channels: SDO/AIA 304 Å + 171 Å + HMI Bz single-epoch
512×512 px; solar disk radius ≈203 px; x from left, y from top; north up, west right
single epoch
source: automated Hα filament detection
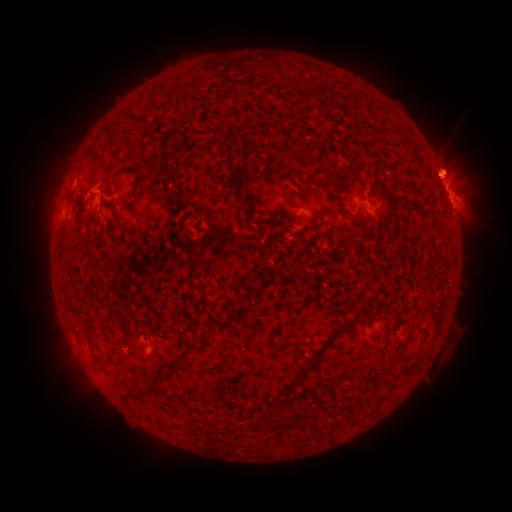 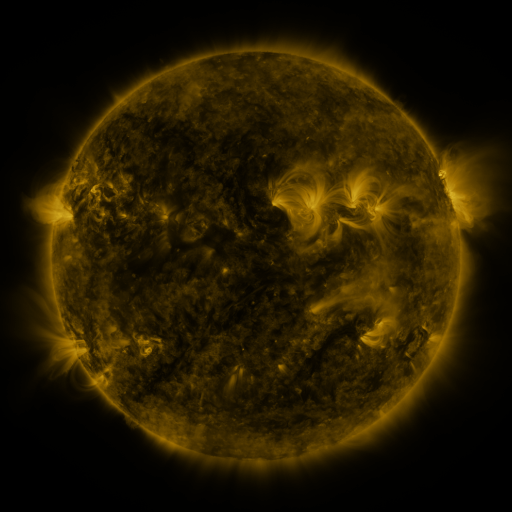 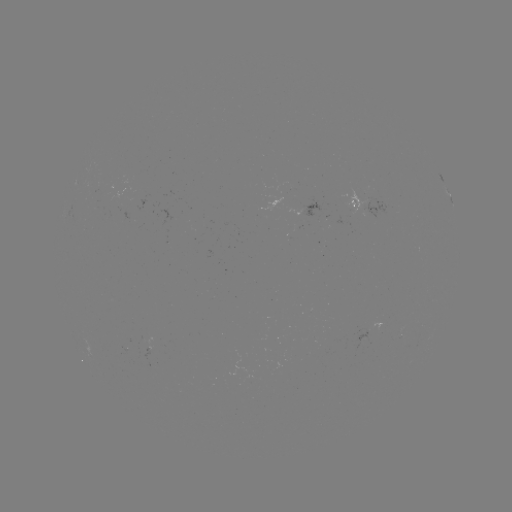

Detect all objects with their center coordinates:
filament: (309, 97)
filament: (136, 119)
filament: (221, 134)
filament: (114, 146)
filament: (396, 165)
filament: (235, 175)
filament: (137, 185)
filament: (73, 196)
filament: (286, 196)
filament: (396, 205)
filament: (257, 223)
filament: (402, 231)
filament: (356, 241)
filament: (334, 333)
filament: (187, 351)
filament: (306, 372)
filament: (288, 424)
filament: (267, 426)
